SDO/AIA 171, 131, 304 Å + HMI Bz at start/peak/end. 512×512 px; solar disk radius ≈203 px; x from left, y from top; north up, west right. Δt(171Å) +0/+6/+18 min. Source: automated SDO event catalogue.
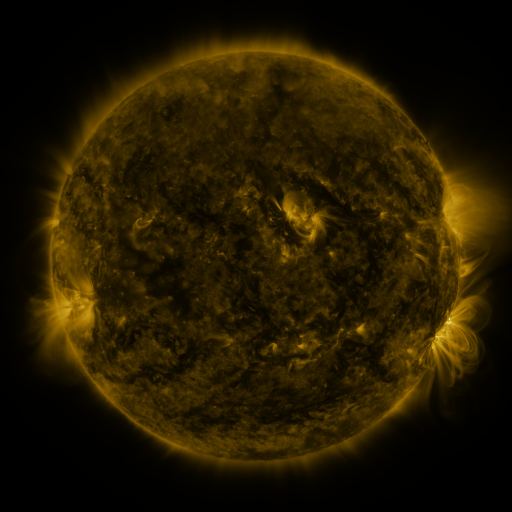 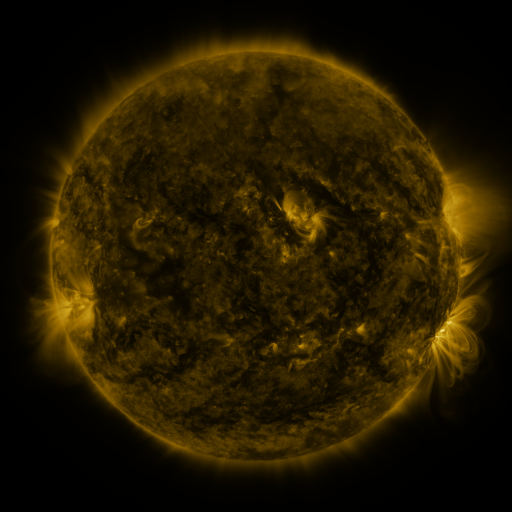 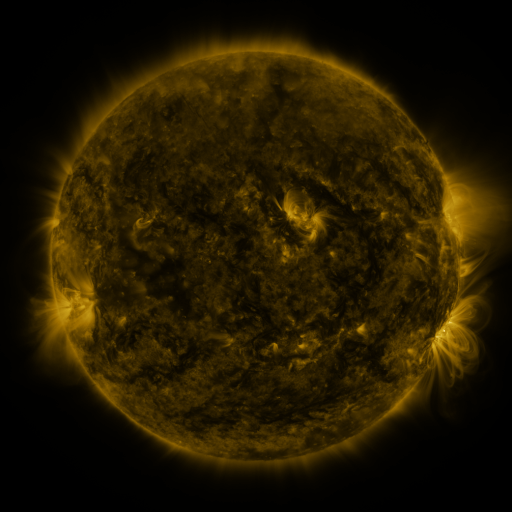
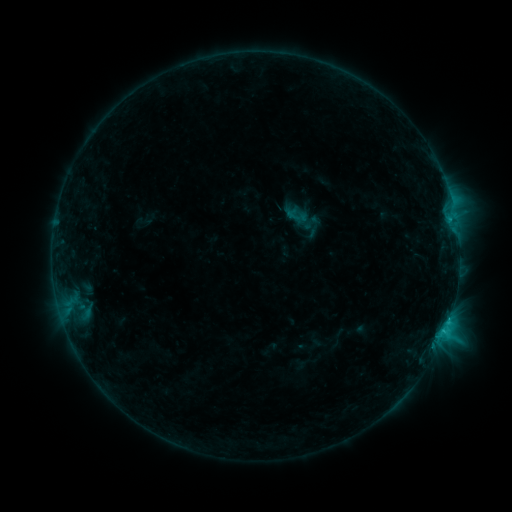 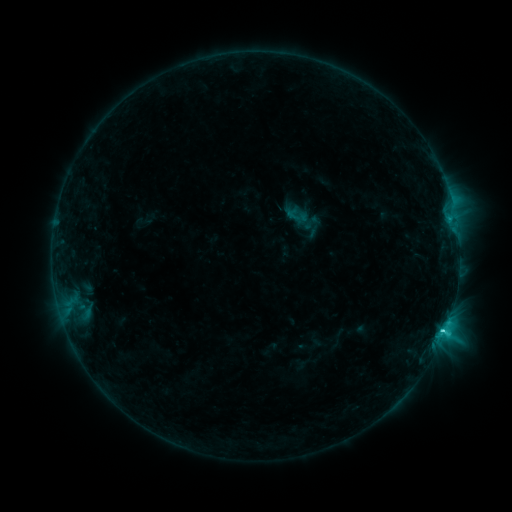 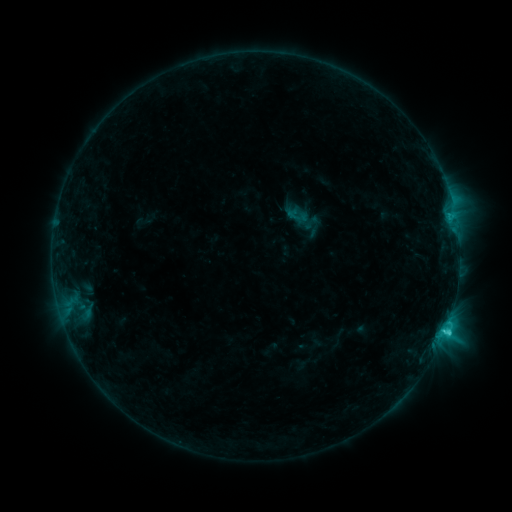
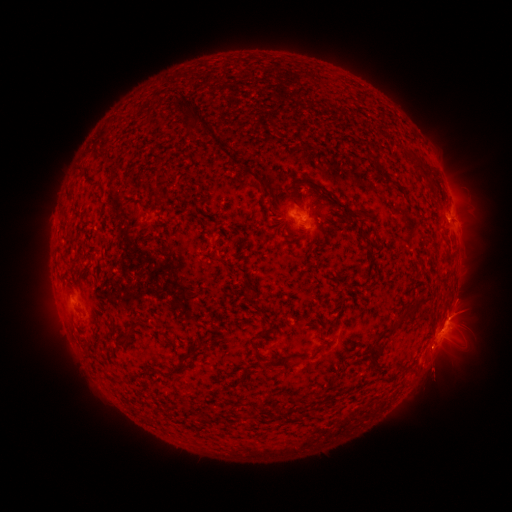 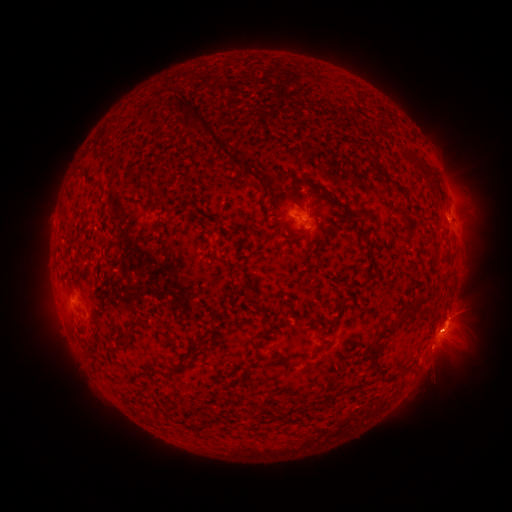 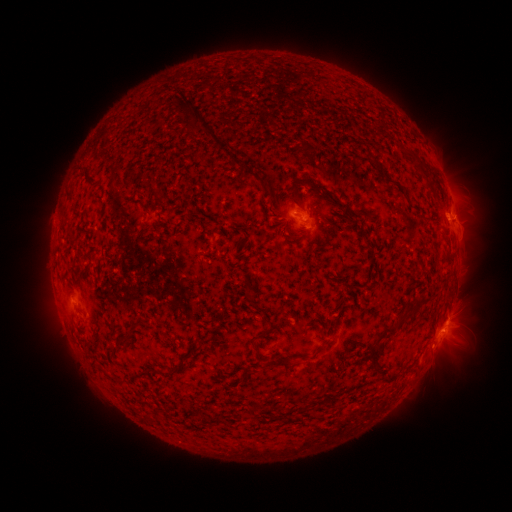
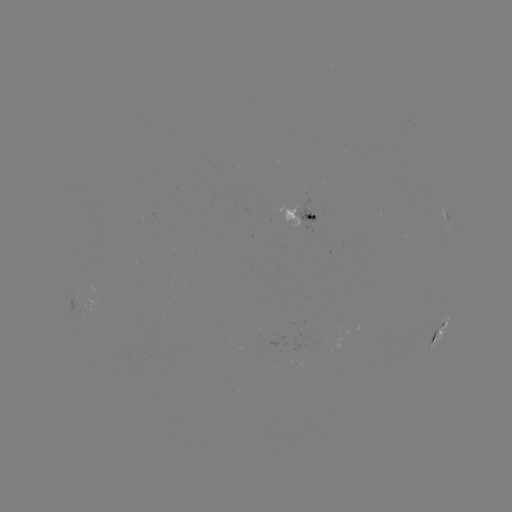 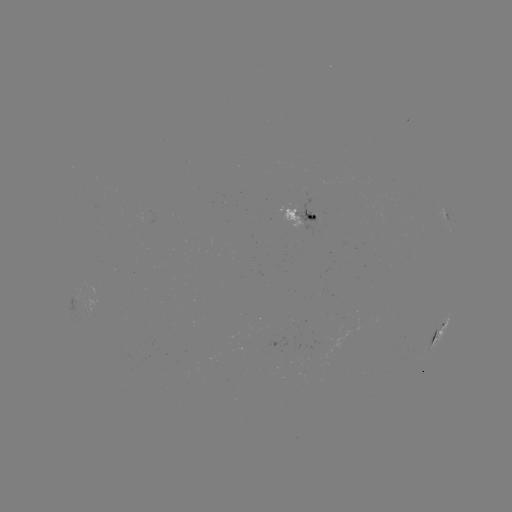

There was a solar flare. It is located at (442, 329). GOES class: C2.9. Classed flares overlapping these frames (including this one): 1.